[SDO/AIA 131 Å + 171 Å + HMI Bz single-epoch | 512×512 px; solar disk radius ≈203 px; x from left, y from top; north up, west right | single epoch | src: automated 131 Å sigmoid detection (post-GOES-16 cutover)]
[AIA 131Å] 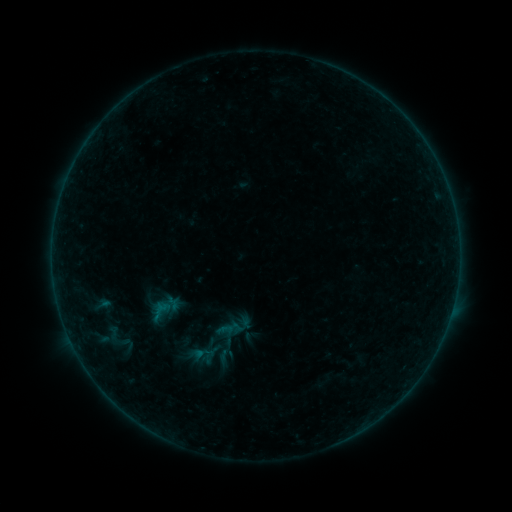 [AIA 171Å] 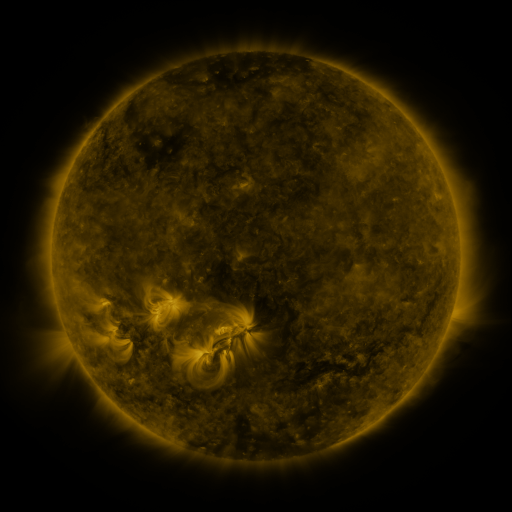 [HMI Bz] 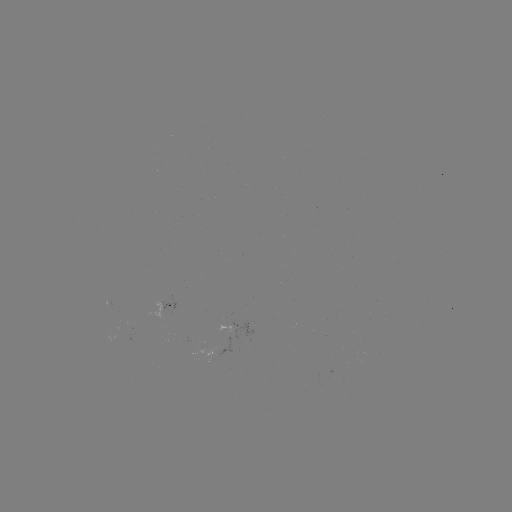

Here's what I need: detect sigmoid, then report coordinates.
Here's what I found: sigmoid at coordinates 115,337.